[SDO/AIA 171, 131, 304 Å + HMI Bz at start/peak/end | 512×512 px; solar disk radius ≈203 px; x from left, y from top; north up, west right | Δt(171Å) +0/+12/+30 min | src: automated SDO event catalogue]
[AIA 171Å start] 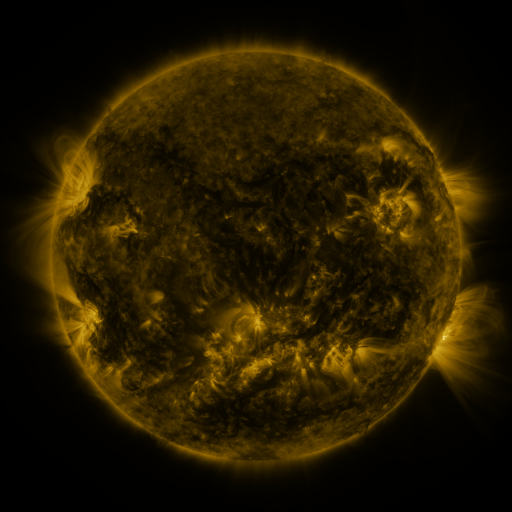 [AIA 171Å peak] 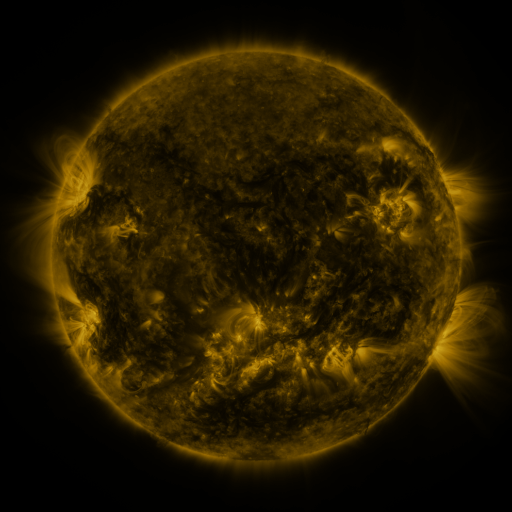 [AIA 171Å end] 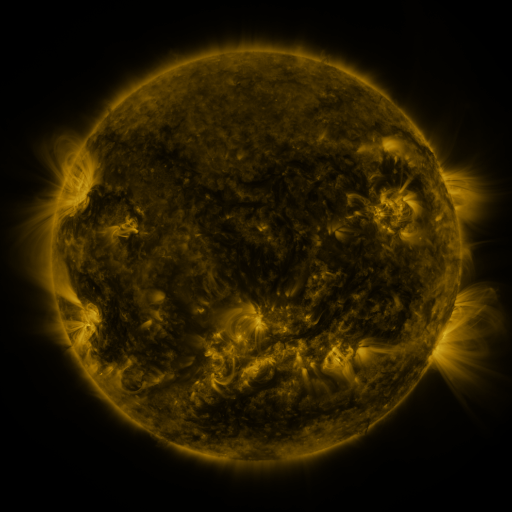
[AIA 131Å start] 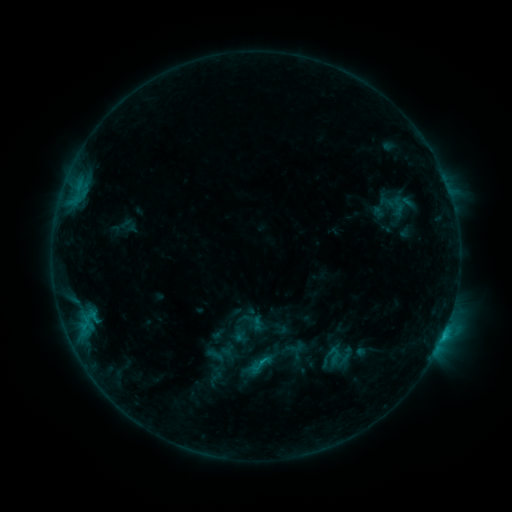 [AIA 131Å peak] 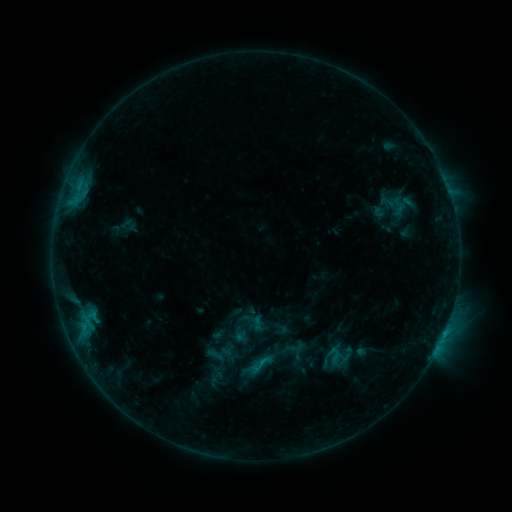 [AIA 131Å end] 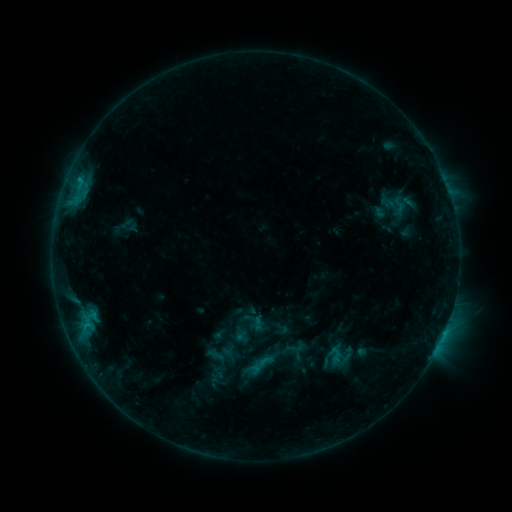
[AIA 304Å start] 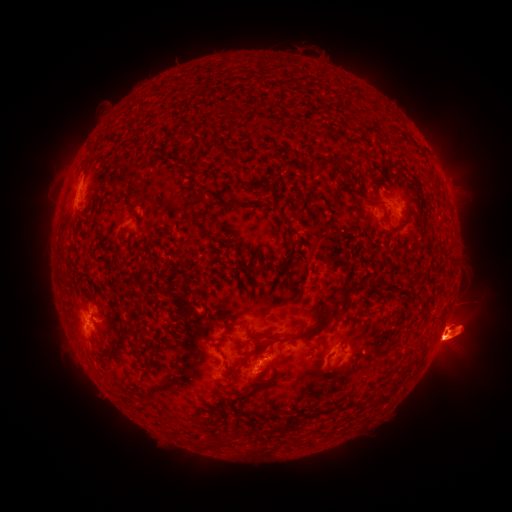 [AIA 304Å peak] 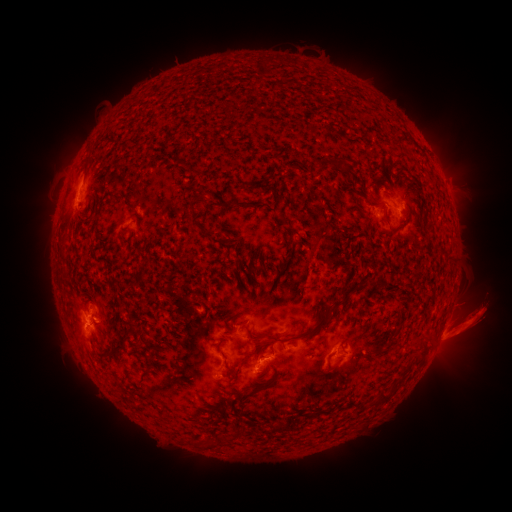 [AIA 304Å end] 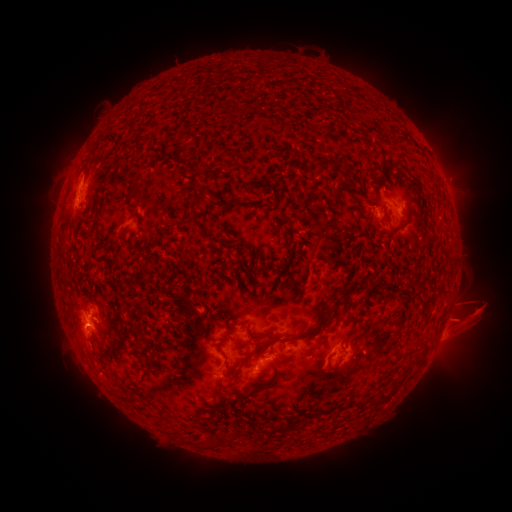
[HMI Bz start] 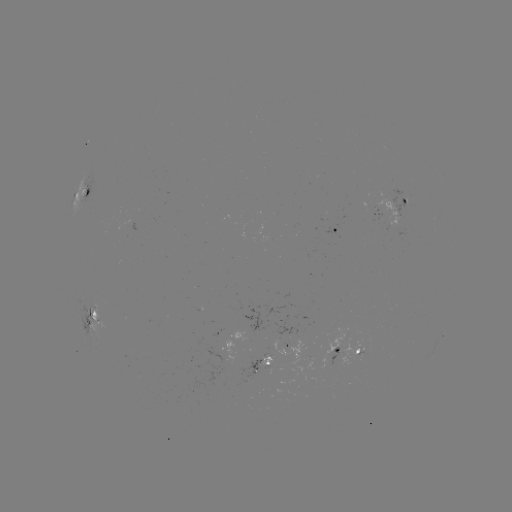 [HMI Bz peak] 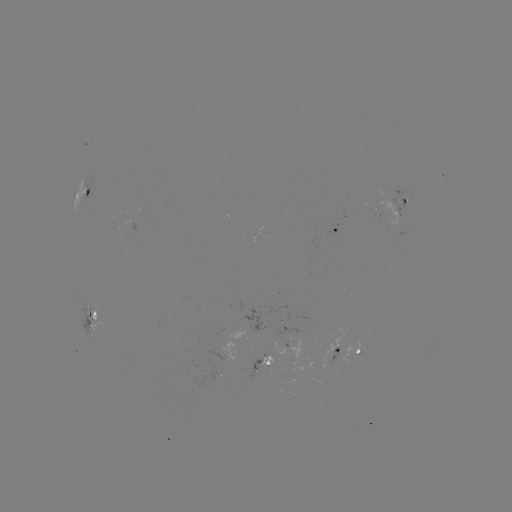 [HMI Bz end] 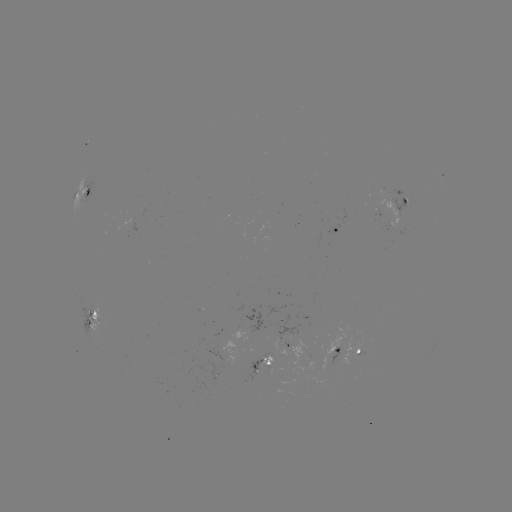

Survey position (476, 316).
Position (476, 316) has eruption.